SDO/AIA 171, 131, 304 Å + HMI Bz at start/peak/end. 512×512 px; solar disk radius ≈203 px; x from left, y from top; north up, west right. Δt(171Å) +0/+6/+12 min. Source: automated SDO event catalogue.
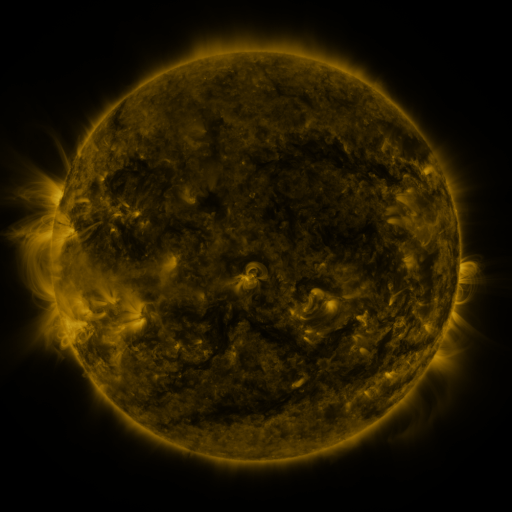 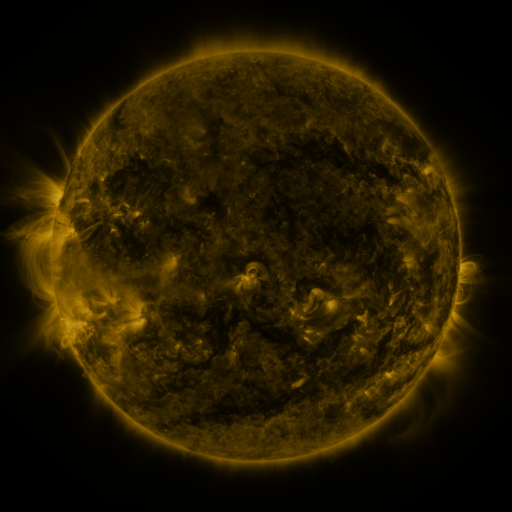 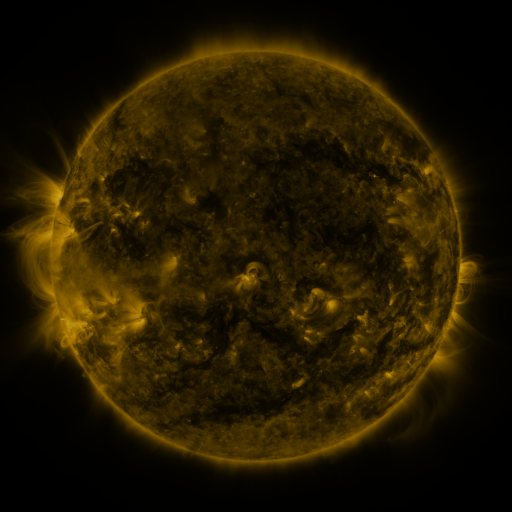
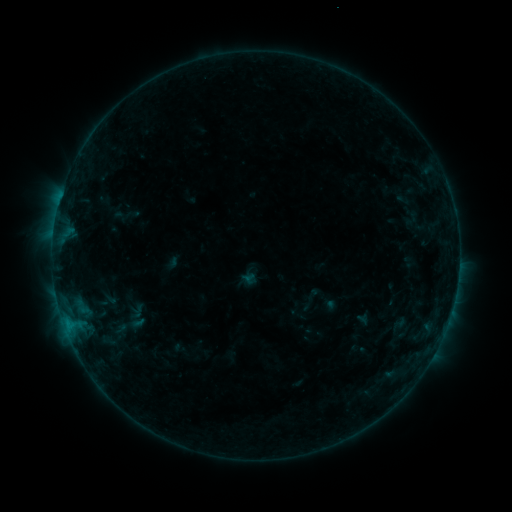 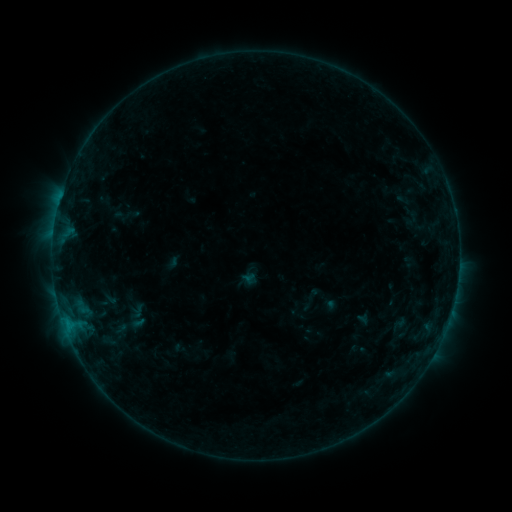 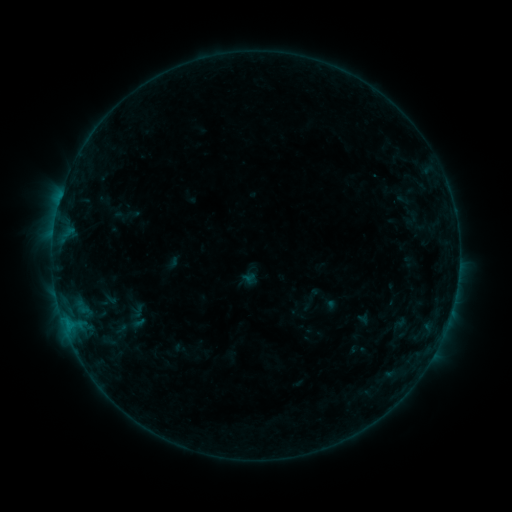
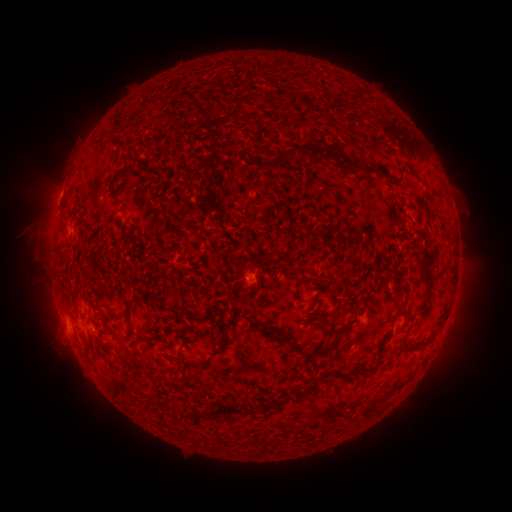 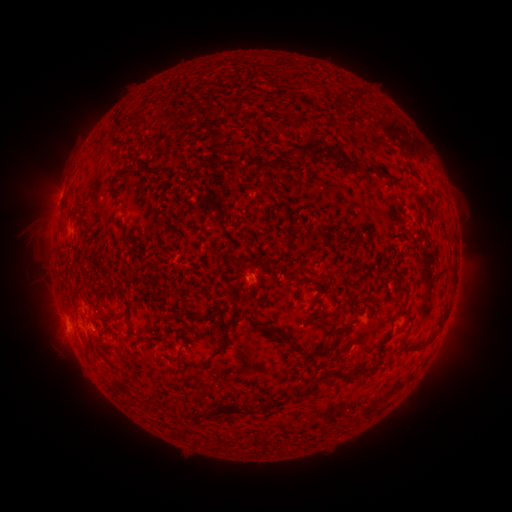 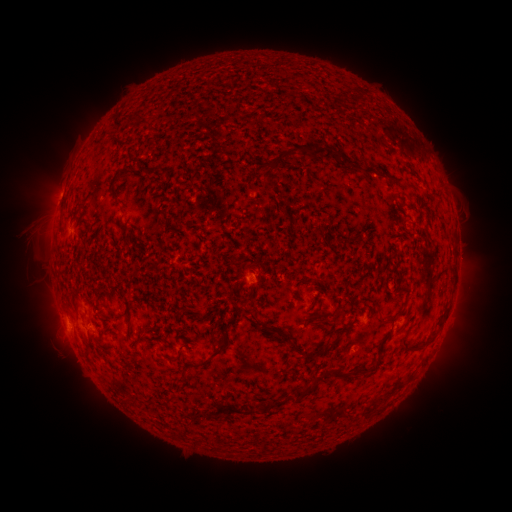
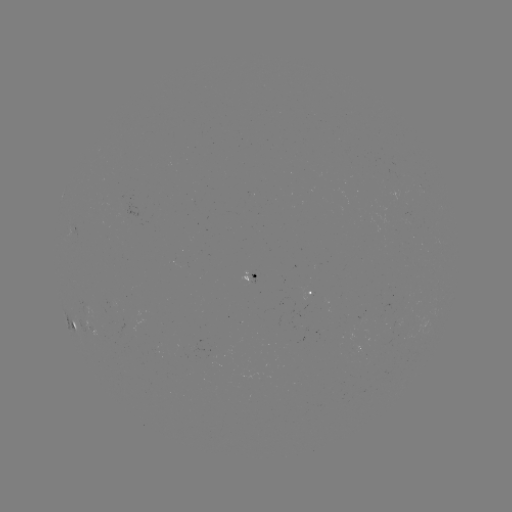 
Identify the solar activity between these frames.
no catalogued flare and no flagged EUV brightening in this window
